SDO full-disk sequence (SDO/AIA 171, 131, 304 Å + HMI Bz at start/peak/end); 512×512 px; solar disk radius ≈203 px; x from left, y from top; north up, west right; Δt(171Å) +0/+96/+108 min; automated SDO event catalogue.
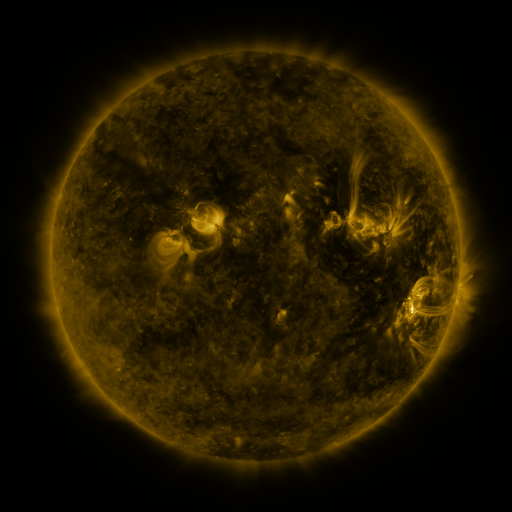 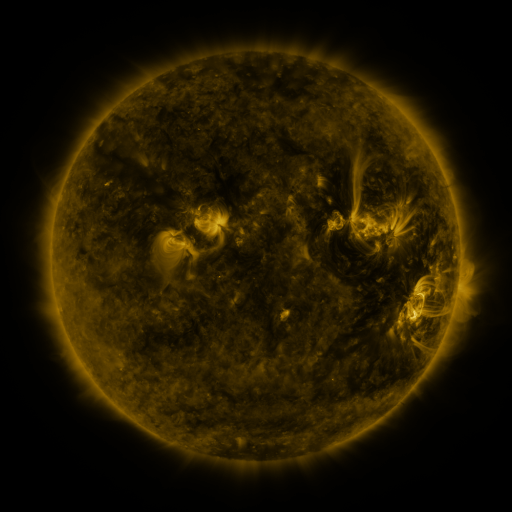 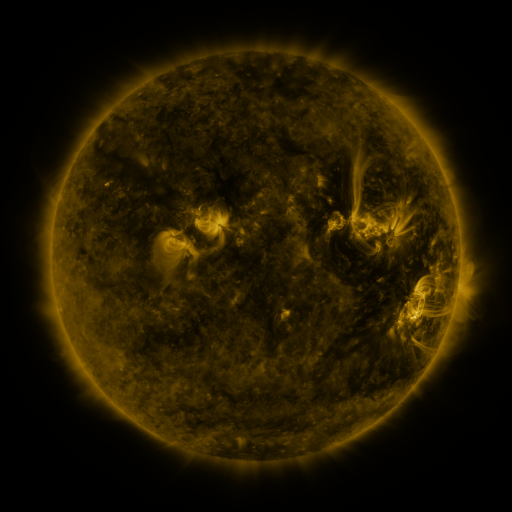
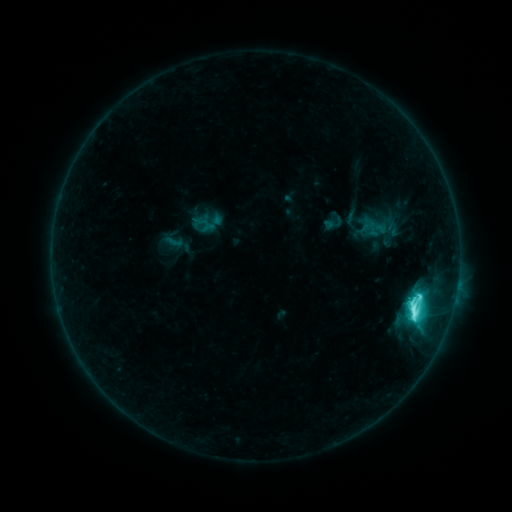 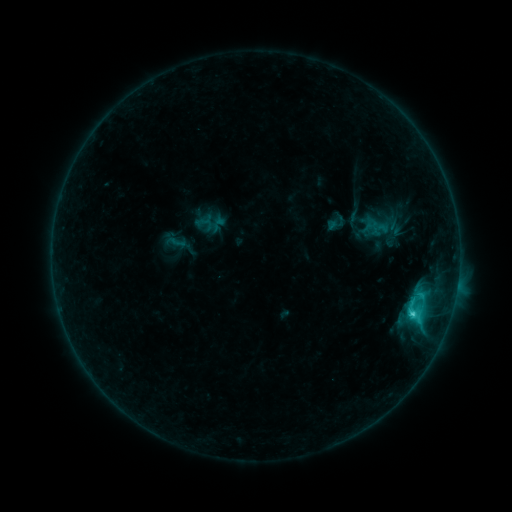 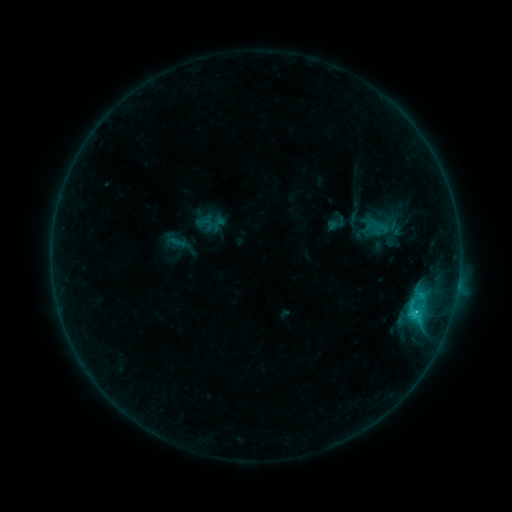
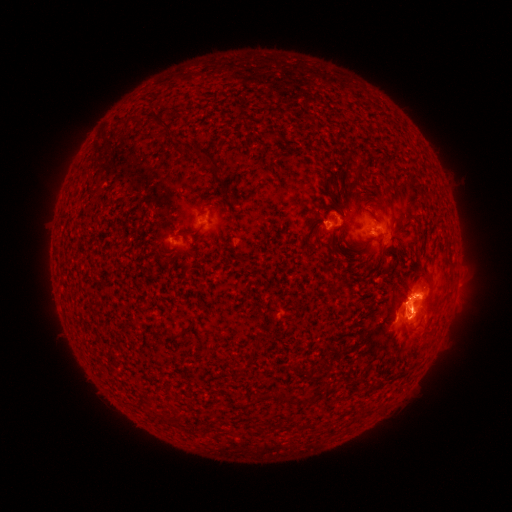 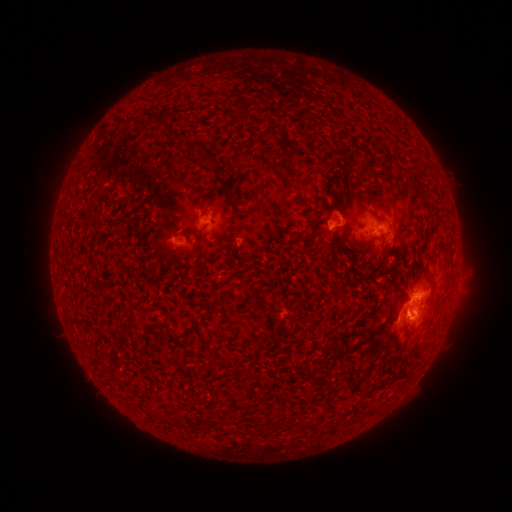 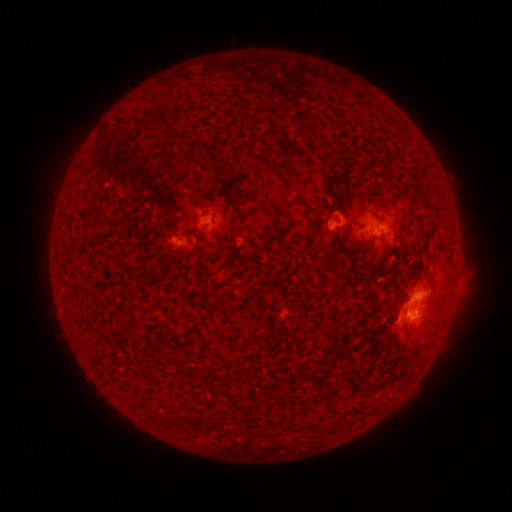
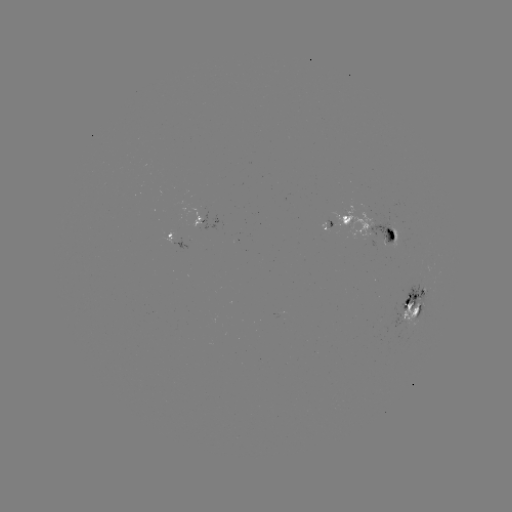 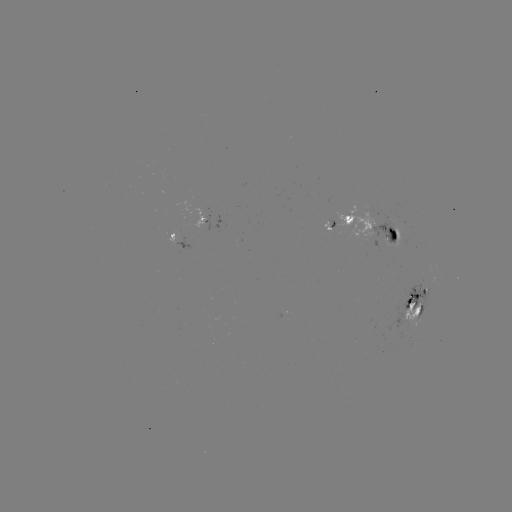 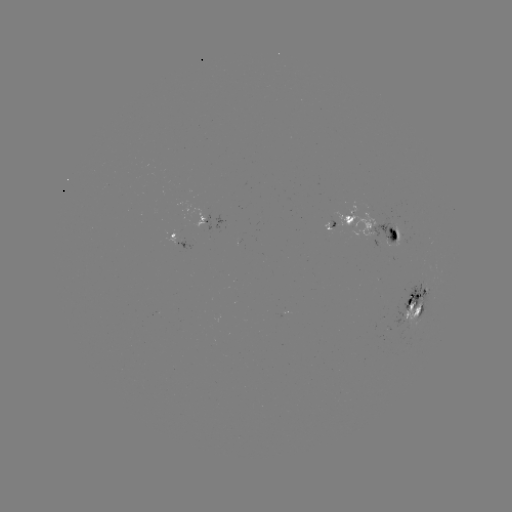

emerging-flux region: (371, 240, 380, 252)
